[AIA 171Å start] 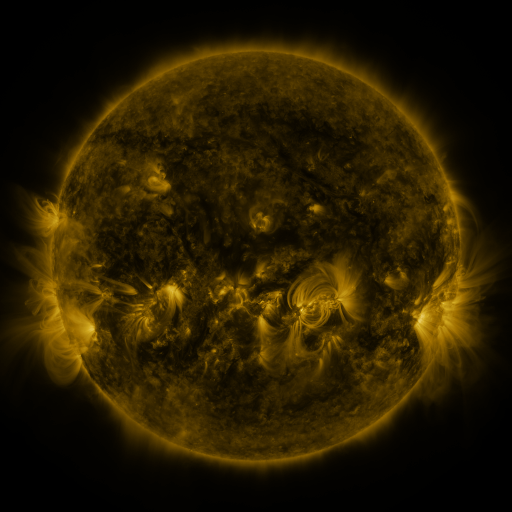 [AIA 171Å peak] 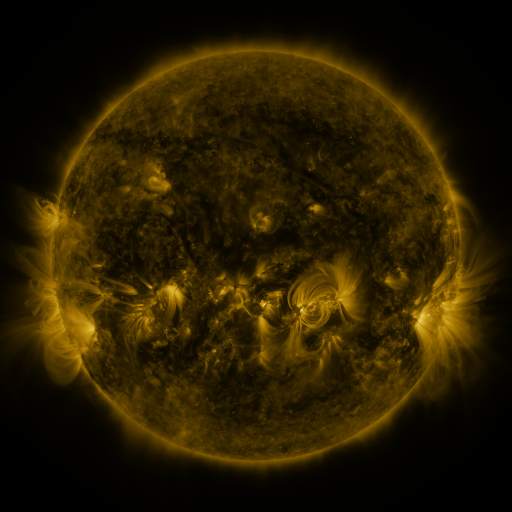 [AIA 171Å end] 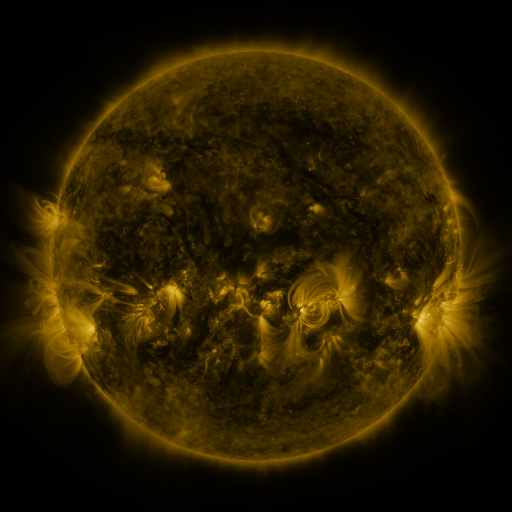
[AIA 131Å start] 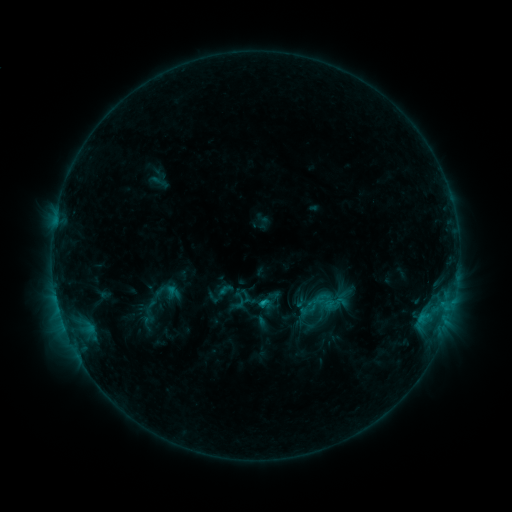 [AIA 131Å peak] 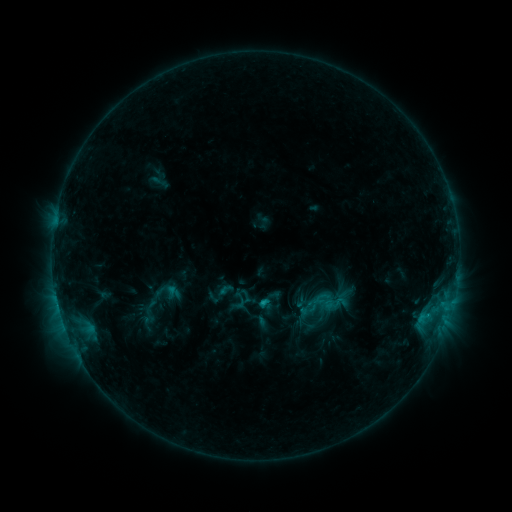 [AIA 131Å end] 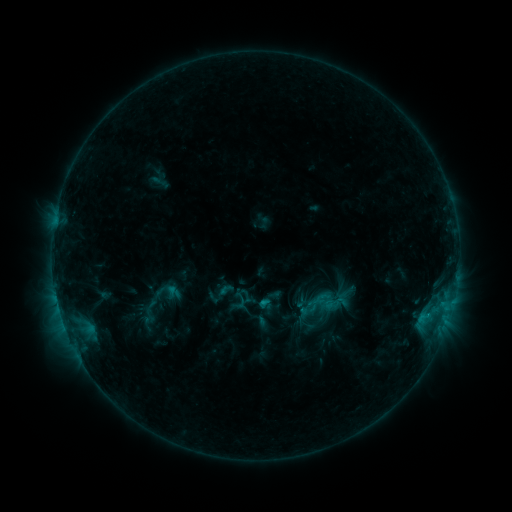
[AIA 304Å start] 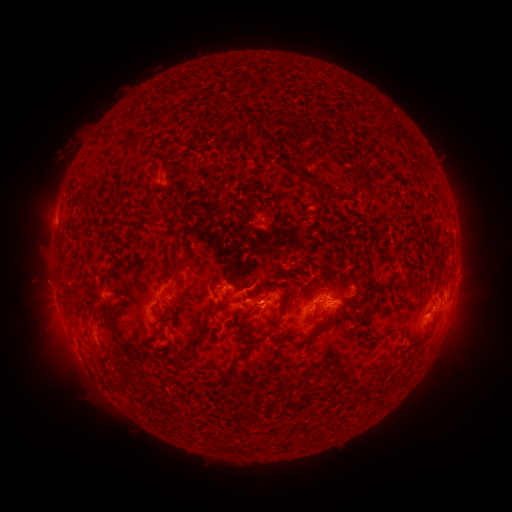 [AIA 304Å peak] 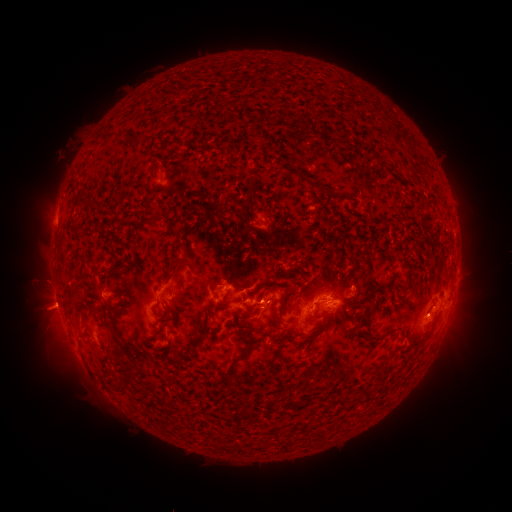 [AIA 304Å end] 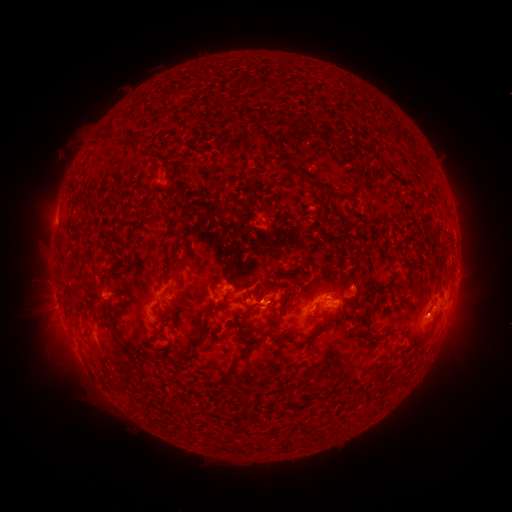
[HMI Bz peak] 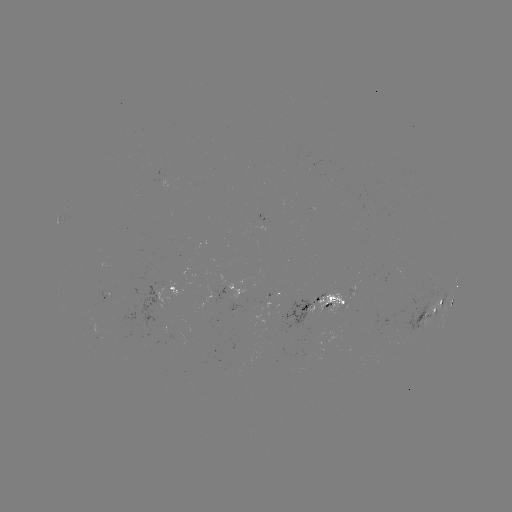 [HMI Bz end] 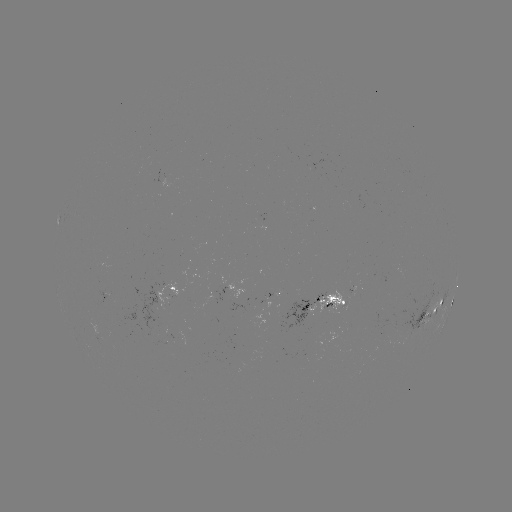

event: eruption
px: (42, 311)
